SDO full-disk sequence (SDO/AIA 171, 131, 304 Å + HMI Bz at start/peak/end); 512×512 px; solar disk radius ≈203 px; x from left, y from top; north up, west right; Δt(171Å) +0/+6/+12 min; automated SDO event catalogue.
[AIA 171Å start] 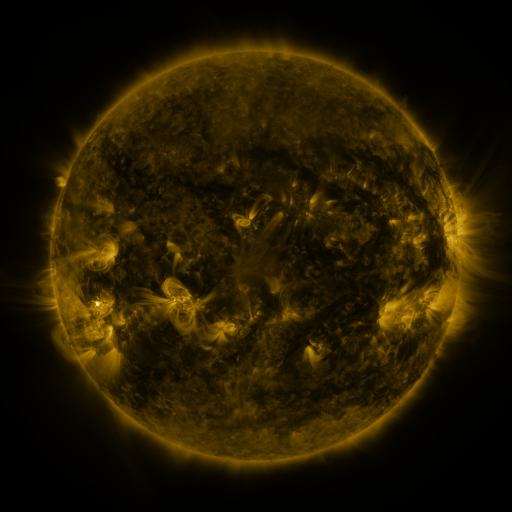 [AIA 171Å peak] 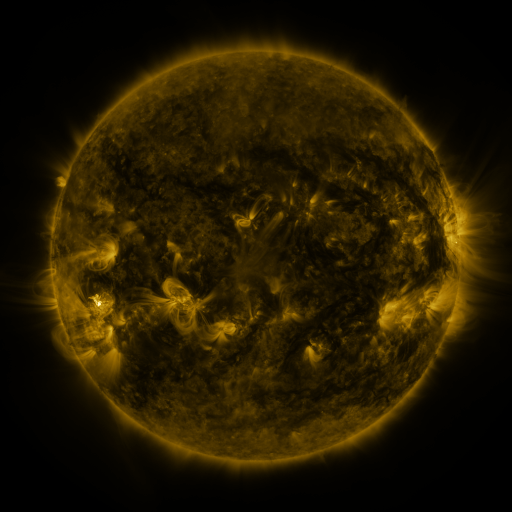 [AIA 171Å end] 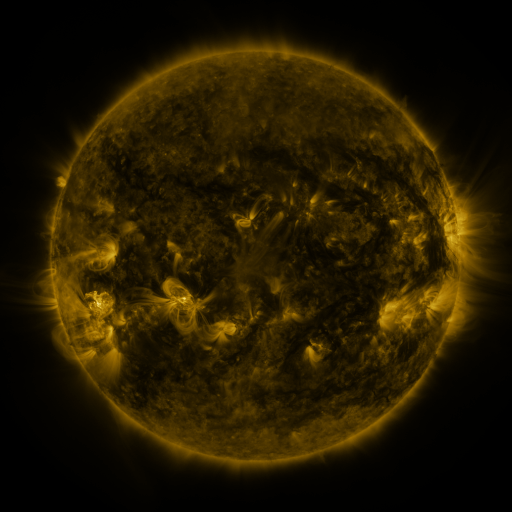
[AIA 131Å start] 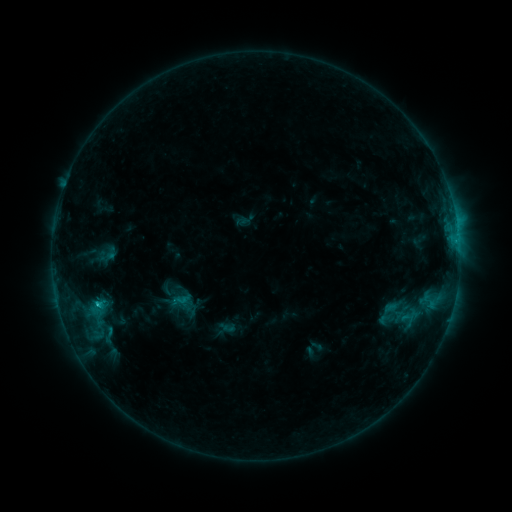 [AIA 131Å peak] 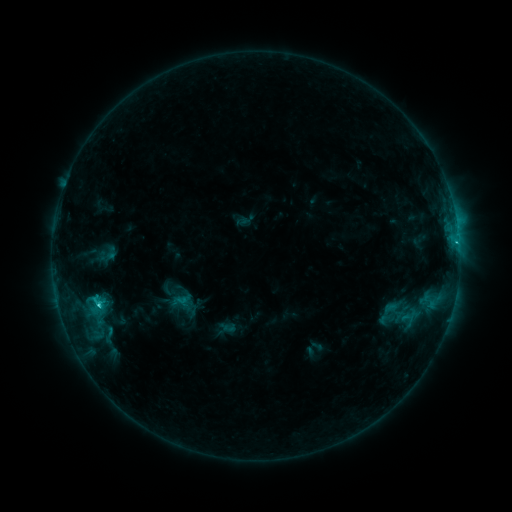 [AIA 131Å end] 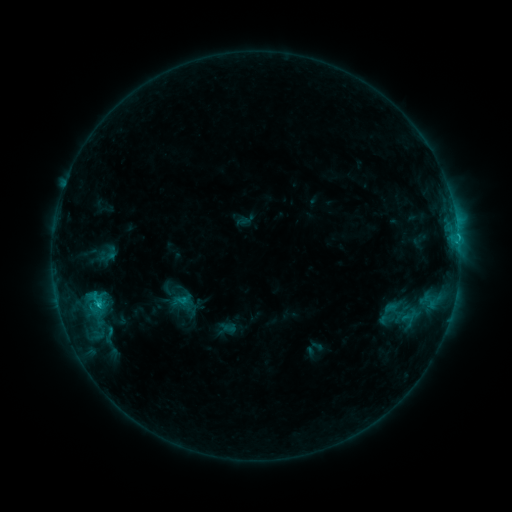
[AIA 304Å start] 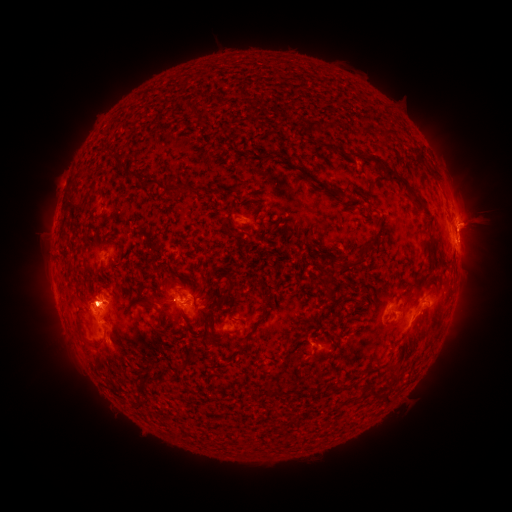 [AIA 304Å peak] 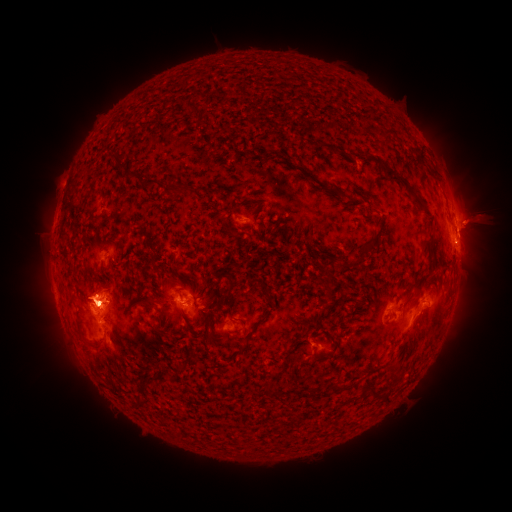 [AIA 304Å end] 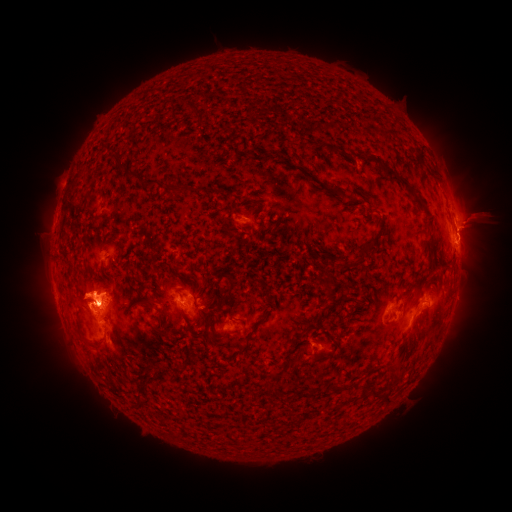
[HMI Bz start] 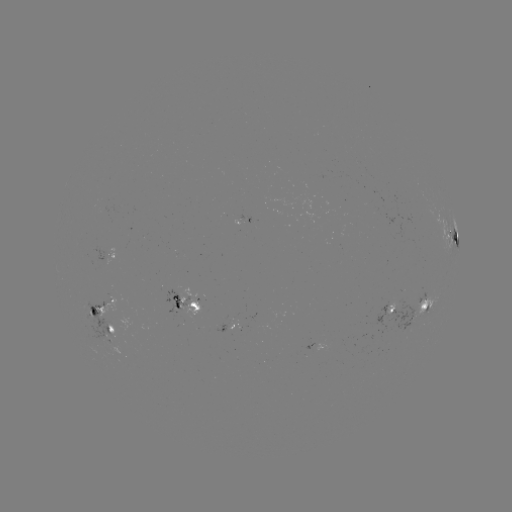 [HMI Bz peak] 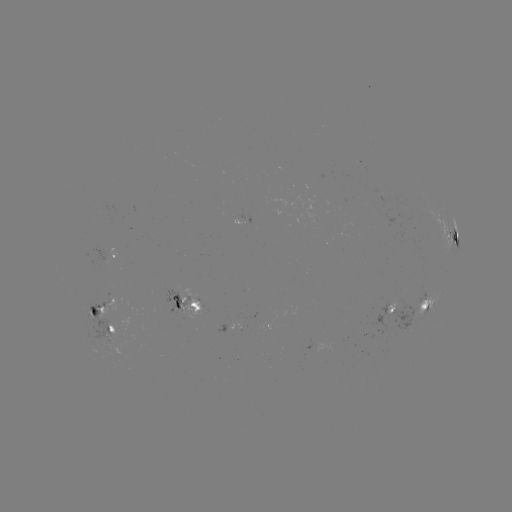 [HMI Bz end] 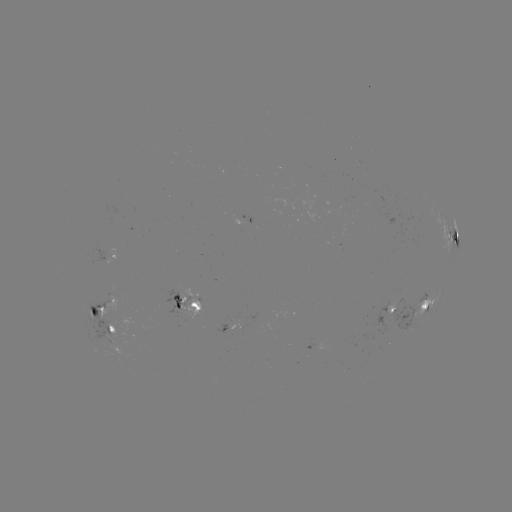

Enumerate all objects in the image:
C2.1 flare: (100, 304)
